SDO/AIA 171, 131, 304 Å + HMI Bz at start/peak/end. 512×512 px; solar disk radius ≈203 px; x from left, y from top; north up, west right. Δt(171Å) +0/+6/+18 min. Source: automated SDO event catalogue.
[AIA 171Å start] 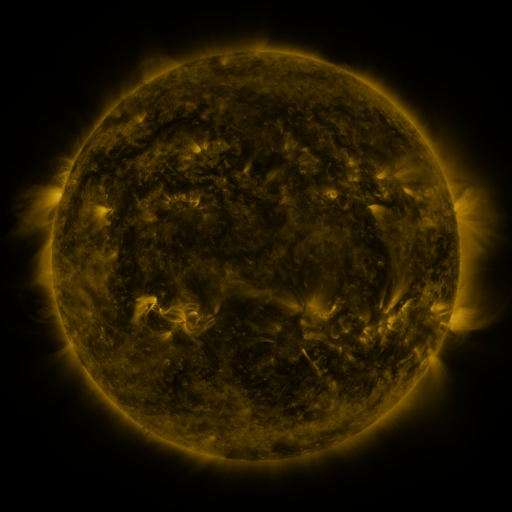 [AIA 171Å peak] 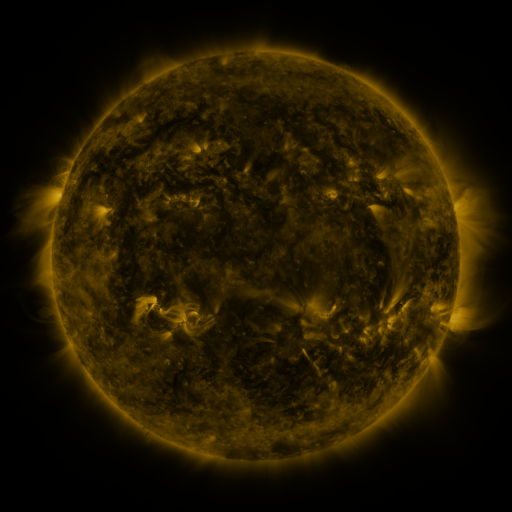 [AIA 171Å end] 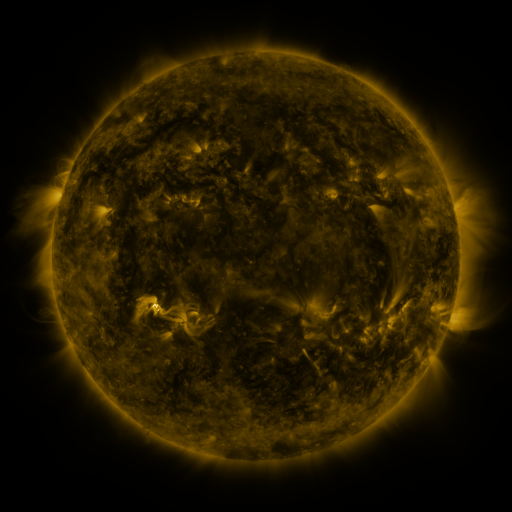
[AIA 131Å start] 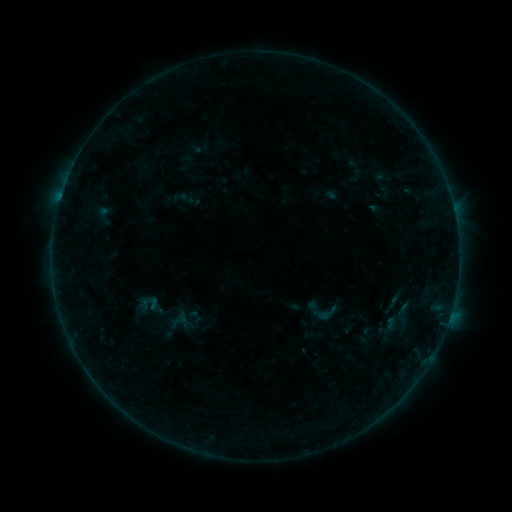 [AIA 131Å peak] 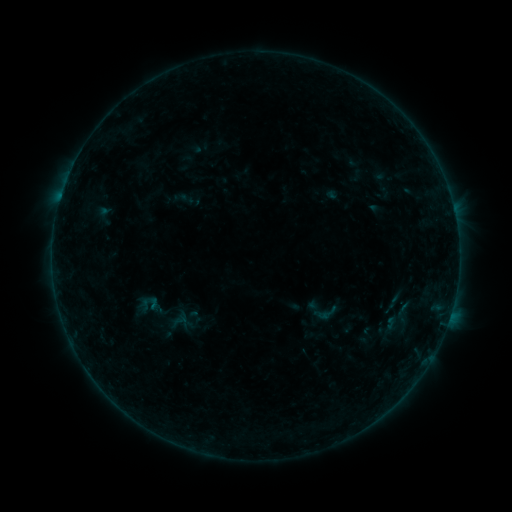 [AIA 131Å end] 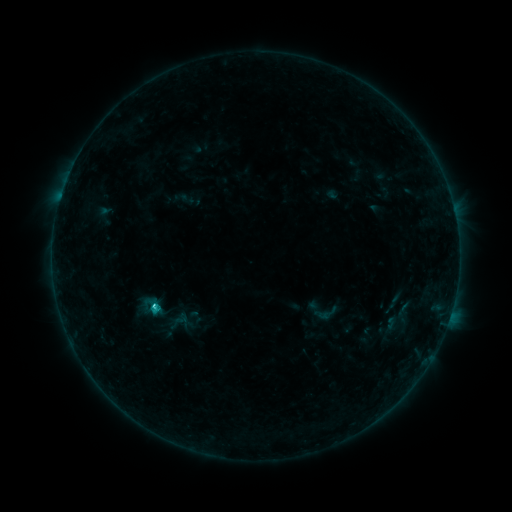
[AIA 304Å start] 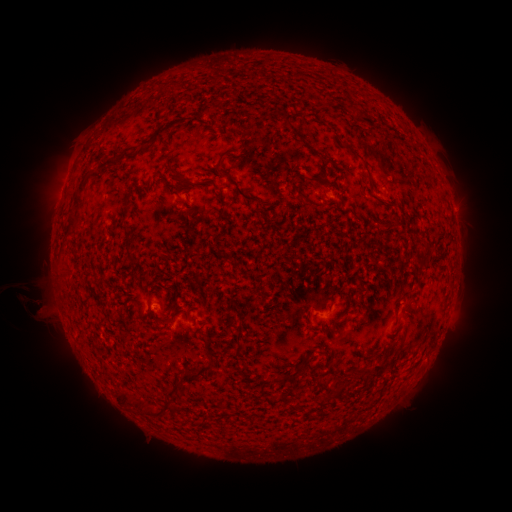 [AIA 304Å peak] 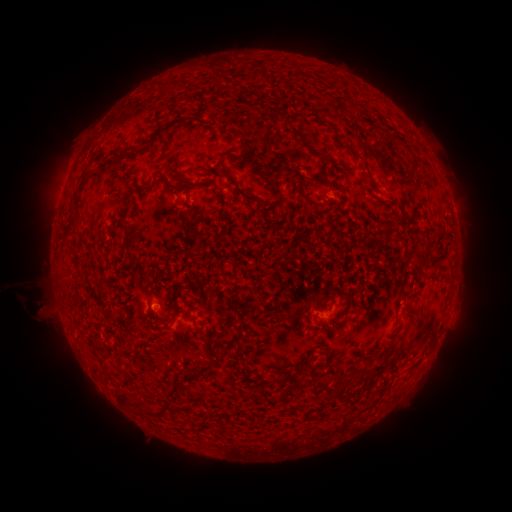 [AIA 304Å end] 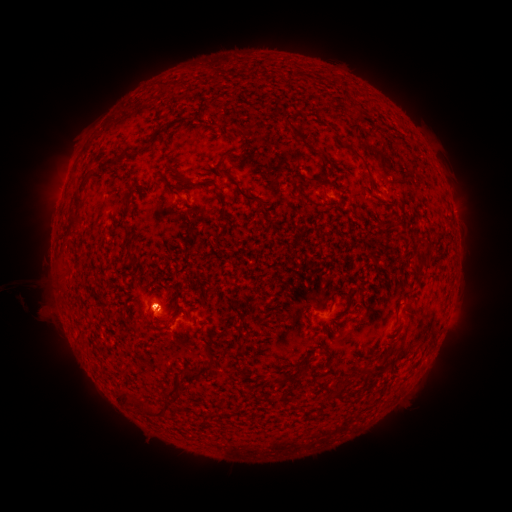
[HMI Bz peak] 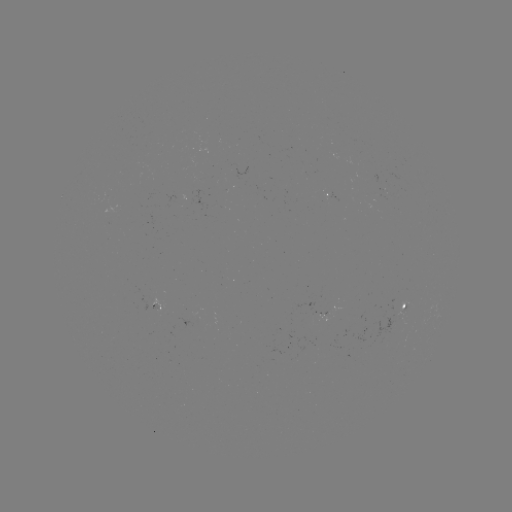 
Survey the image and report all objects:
C1.1 flare: (154, 304)
